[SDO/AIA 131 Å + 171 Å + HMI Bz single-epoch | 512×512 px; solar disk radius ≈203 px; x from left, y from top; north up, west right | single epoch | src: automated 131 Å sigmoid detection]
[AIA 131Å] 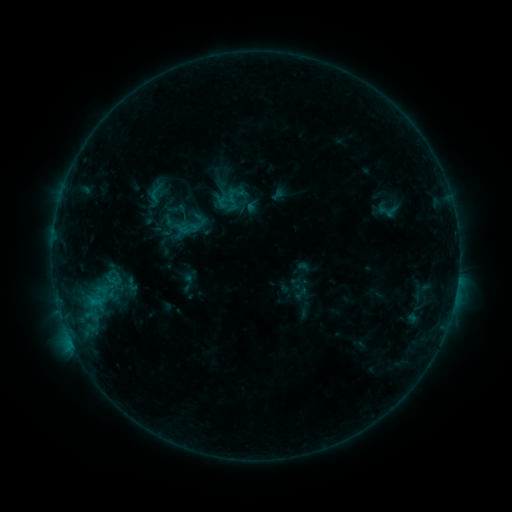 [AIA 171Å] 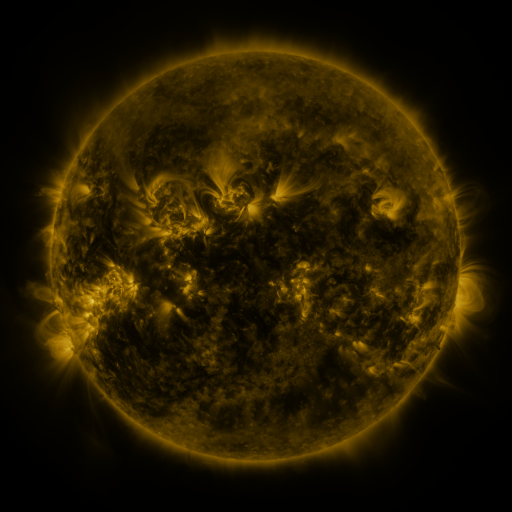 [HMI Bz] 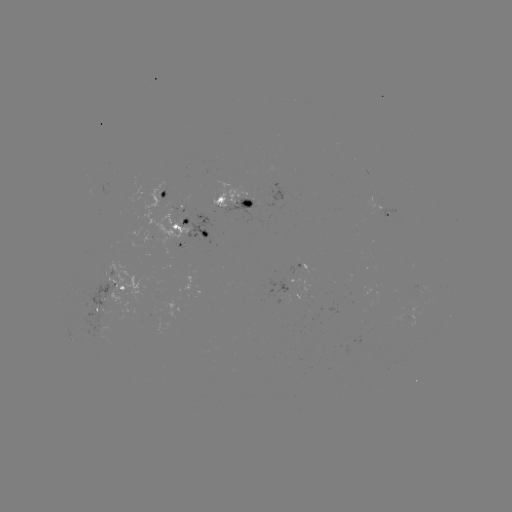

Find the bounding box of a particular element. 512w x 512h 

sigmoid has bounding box [145, 182, 167, 204].